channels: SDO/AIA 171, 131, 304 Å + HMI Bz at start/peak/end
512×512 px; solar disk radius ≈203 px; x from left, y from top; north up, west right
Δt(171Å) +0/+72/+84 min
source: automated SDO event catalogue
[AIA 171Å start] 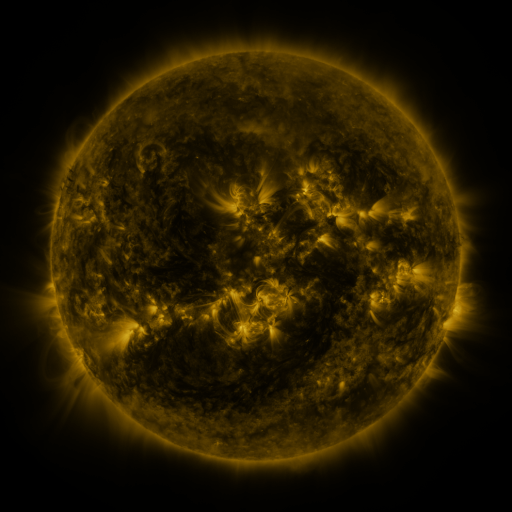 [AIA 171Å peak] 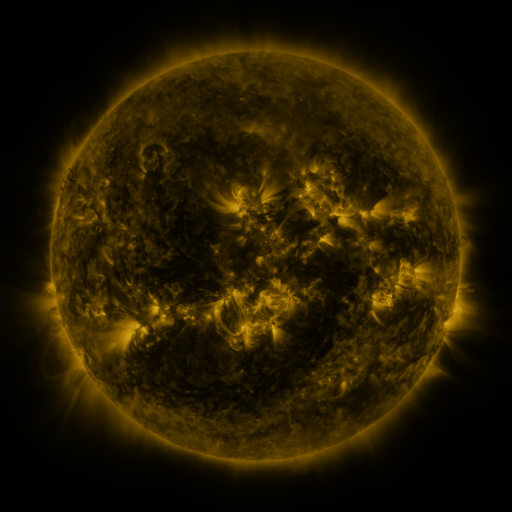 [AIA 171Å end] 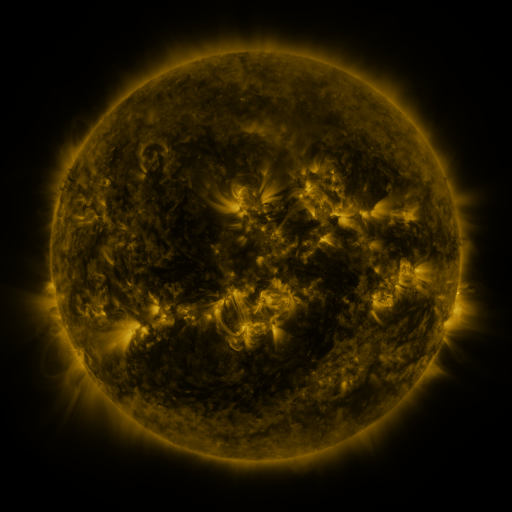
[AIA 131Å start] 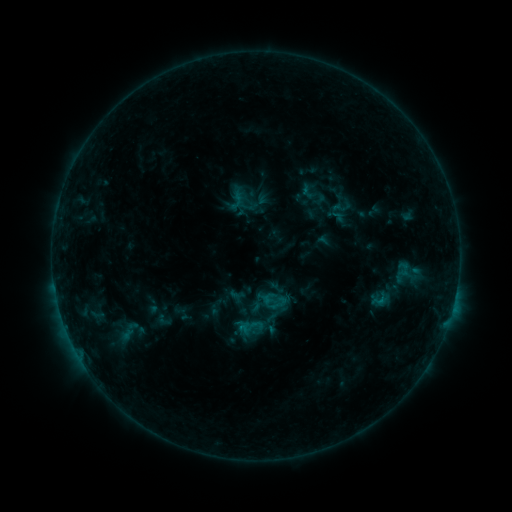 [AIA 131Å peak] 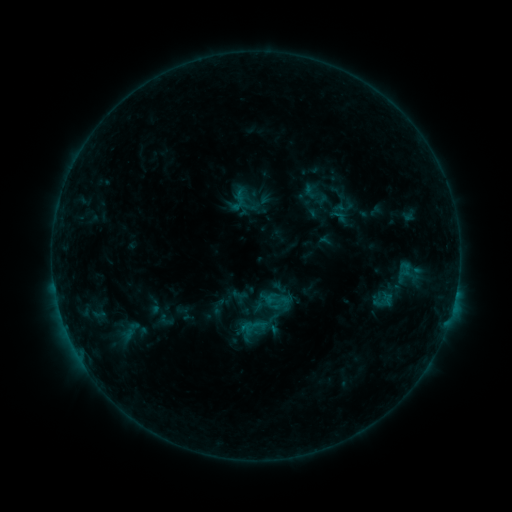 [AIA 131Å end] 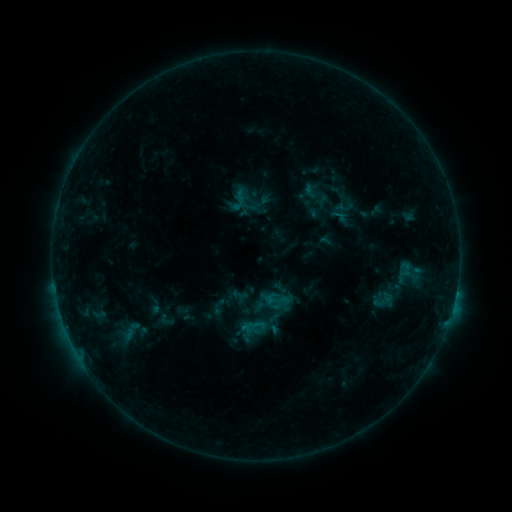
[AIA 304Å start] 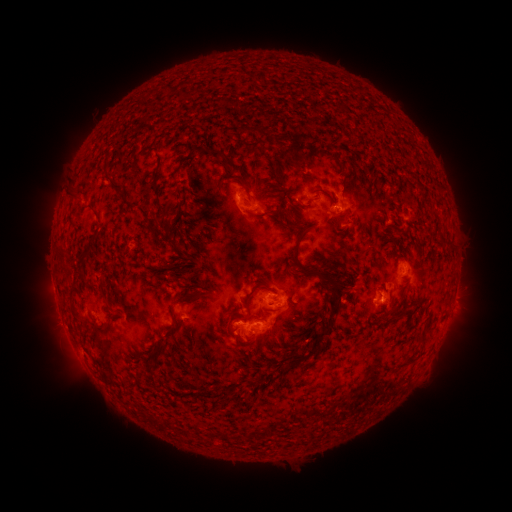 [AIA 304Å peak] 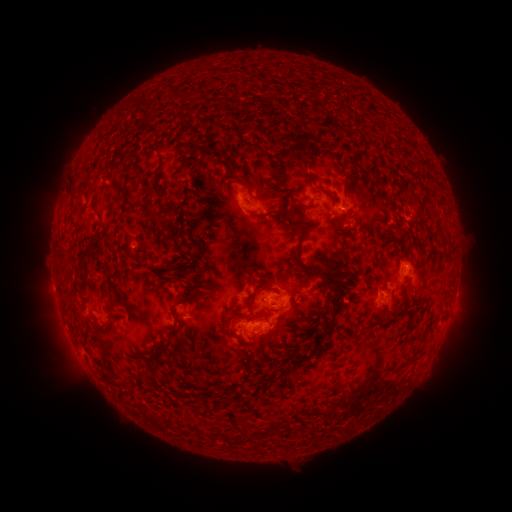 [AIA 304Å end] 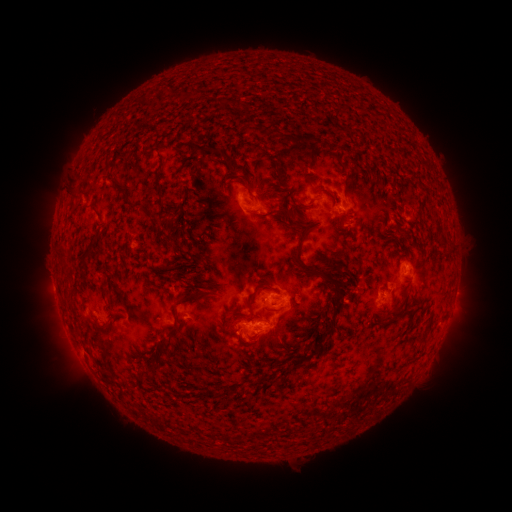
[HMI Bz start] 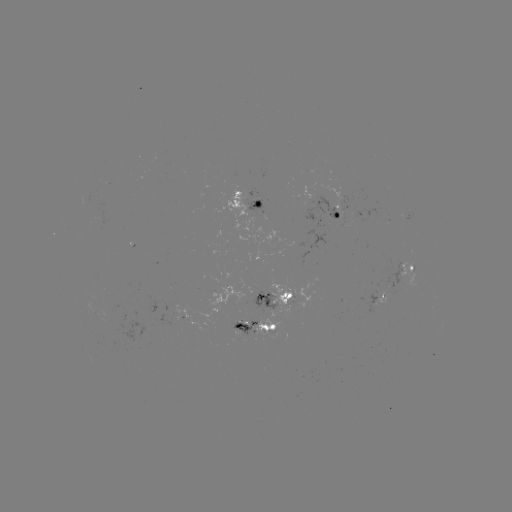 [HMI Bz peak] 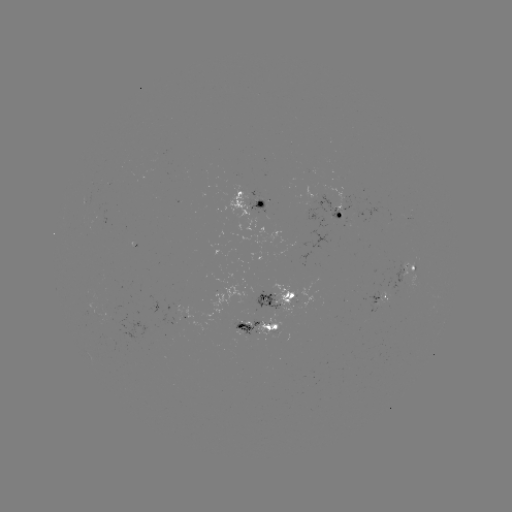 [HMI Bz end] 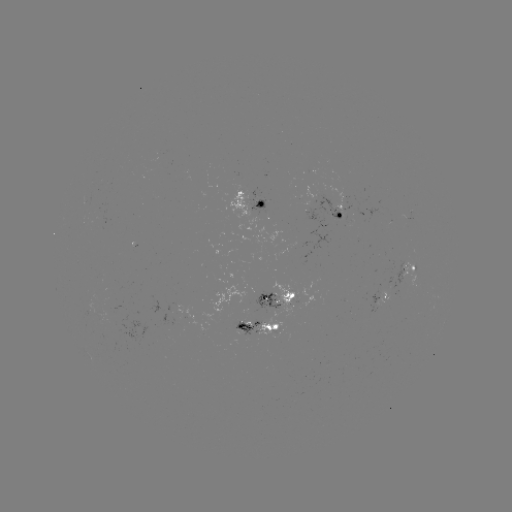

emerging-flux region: [295, 283, 314, 309]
